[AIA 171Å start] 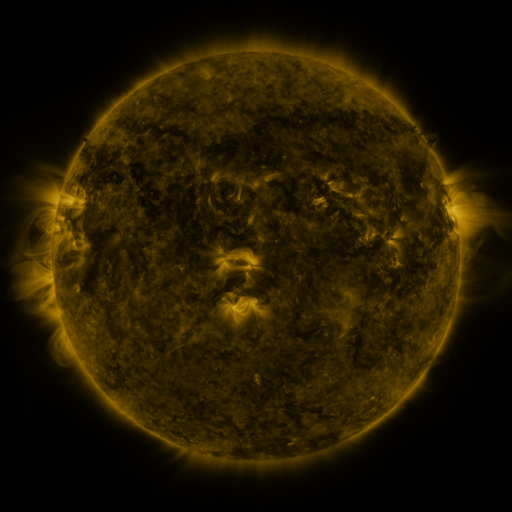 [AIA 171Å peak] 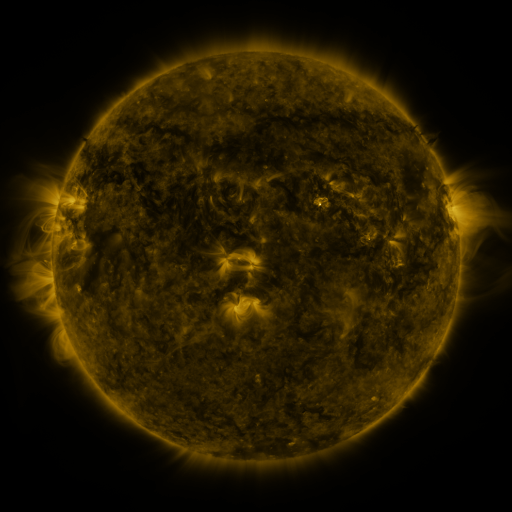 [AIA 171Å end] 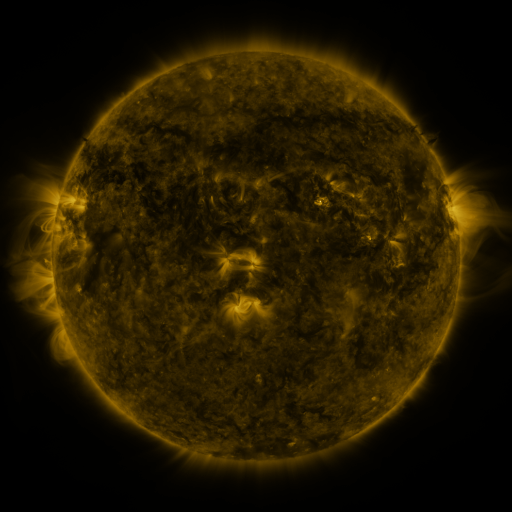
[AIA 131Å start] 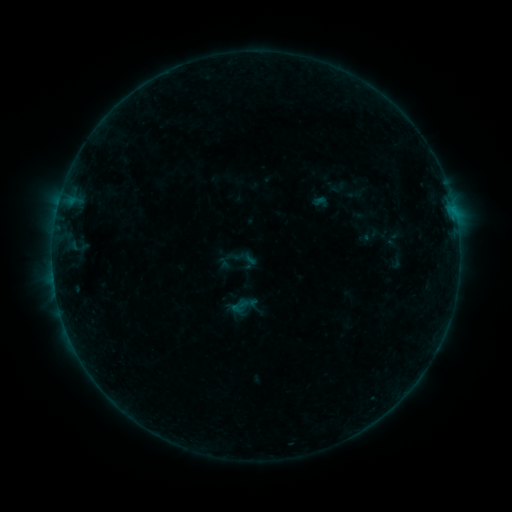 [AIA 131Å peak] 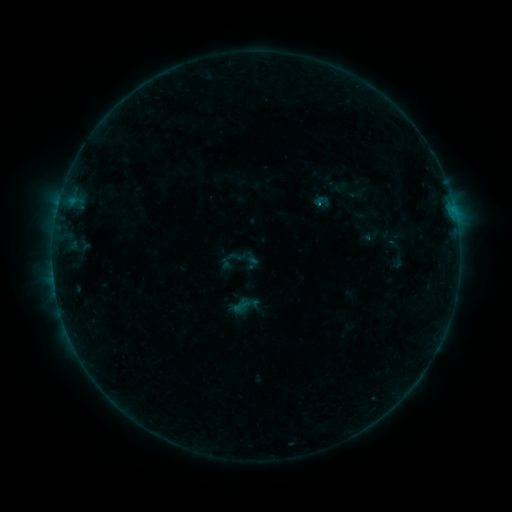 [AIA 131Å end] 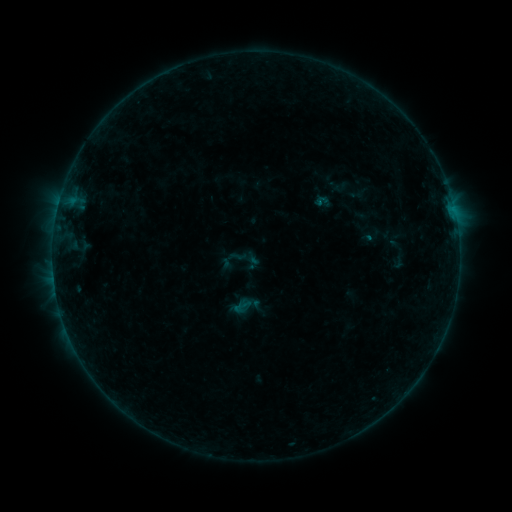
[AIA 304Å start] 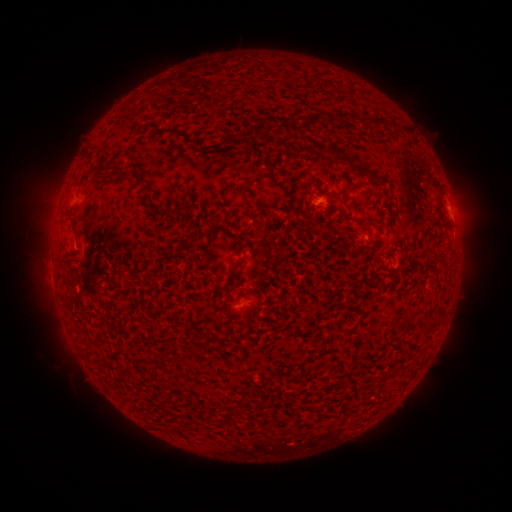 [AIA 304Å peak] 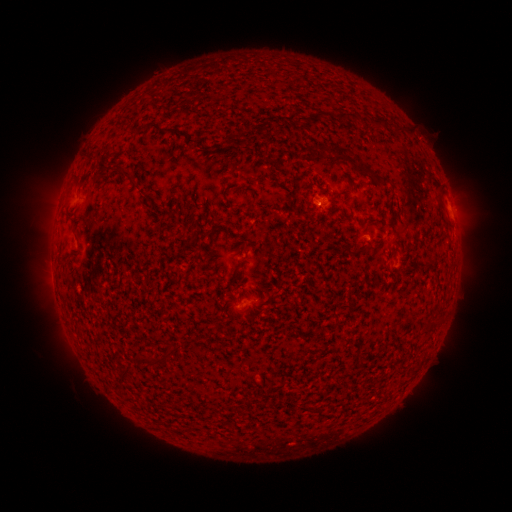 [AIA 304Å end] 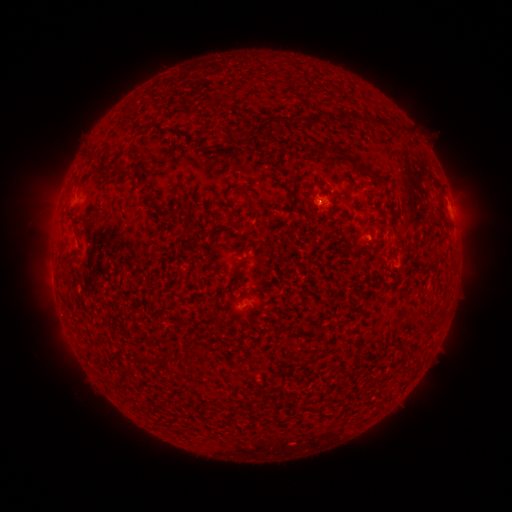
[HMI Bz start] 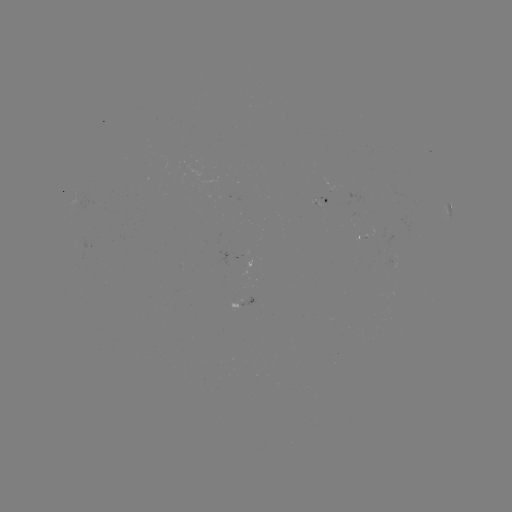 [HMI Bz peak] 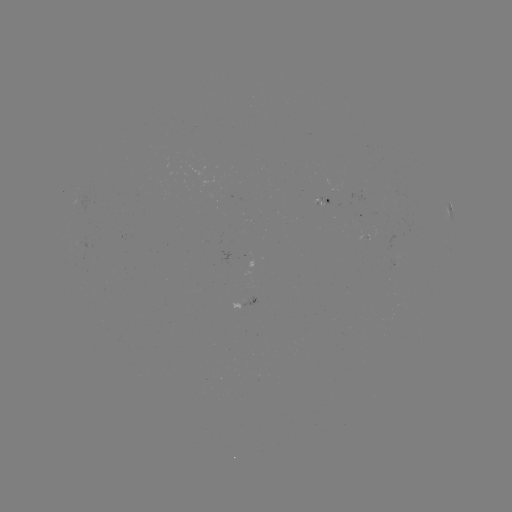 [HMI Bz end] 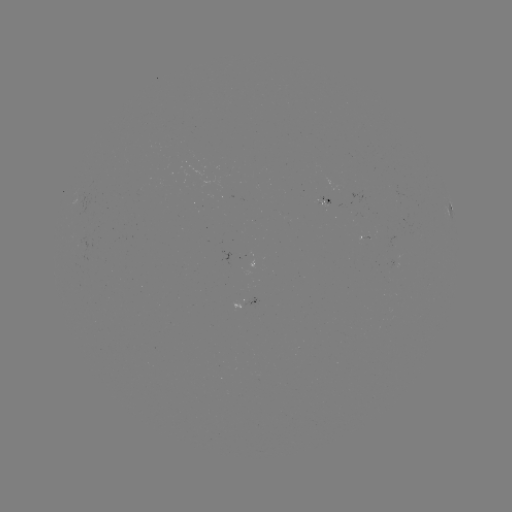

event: emerging-flux region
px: (323, 200)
